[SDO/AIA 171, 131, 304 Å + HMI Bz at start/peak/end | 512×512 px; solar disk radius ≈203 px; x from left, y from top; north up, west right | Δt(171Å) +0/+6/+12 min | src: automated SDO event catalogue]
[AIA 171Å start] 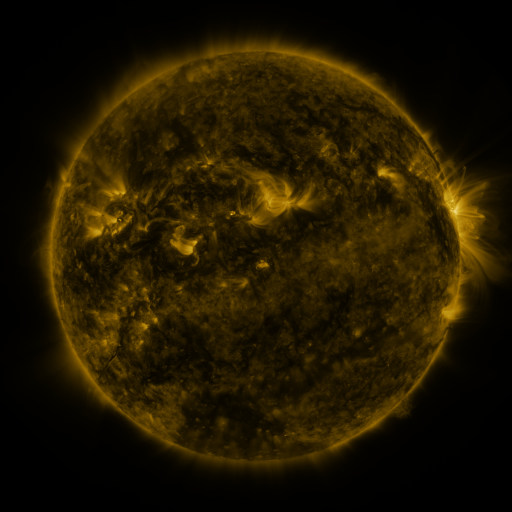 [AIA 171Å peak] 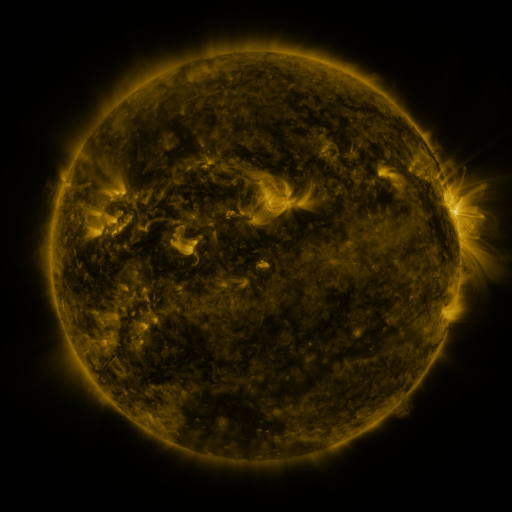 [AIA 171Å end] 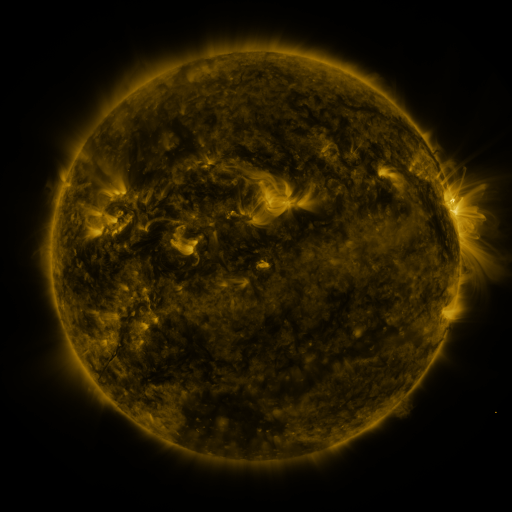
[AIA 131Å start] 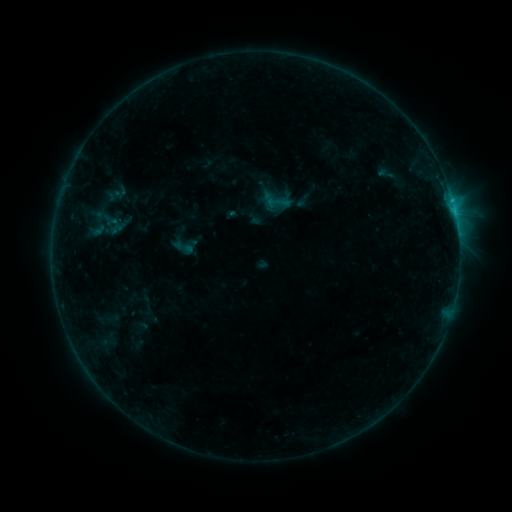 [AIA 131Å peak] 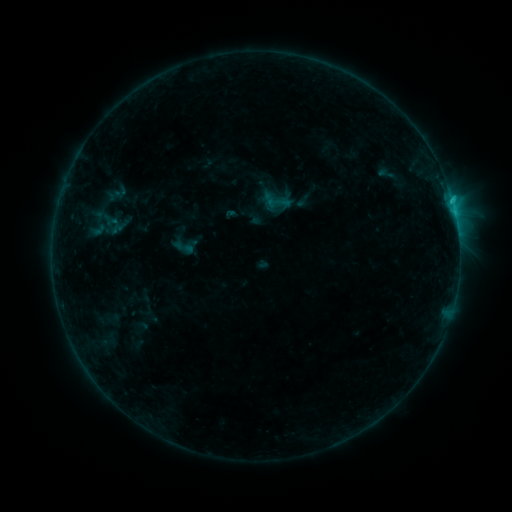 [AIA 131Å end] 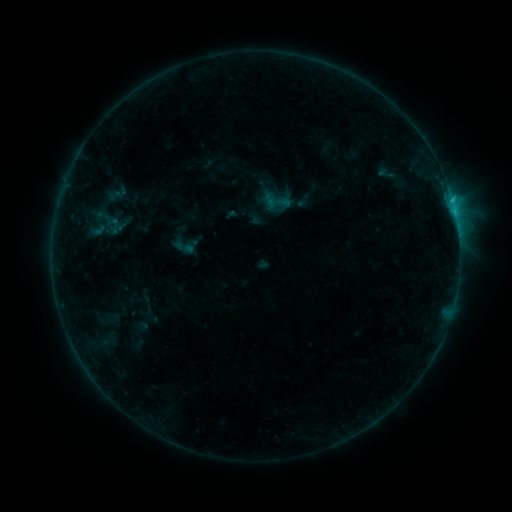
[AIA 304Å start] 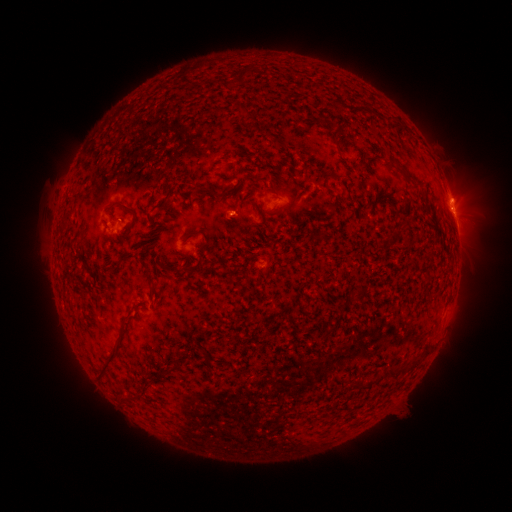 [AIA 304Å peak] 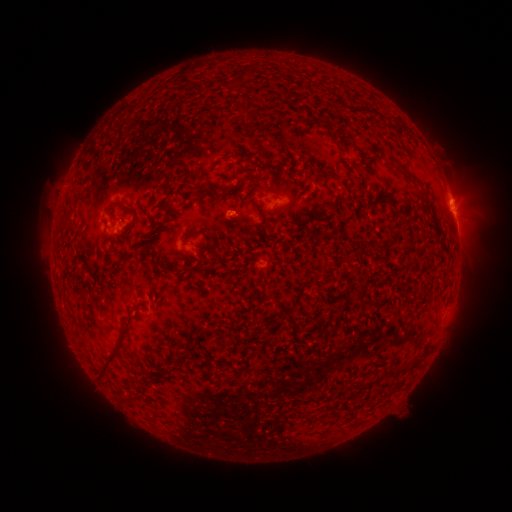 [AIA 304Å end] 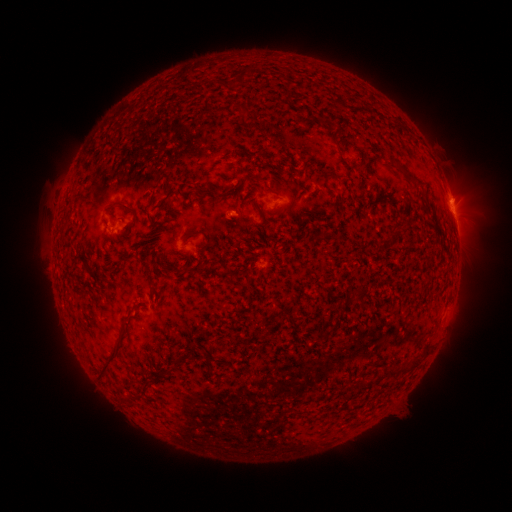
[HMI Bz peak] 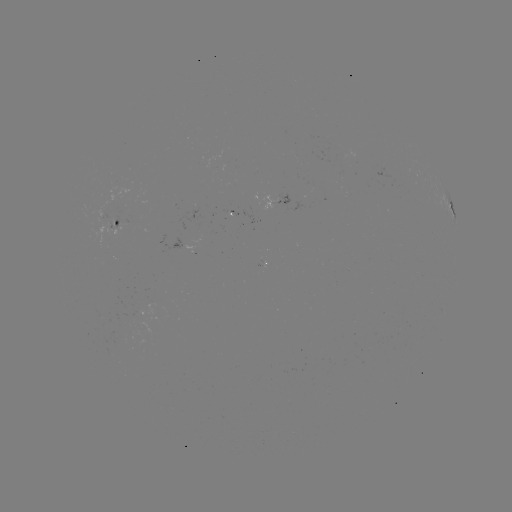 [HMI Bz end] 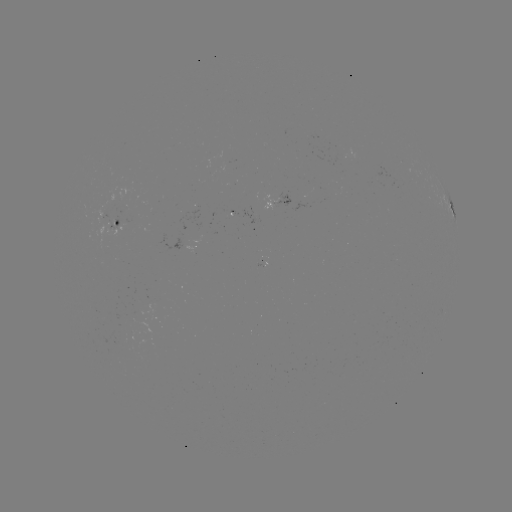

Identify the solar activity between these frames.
B8.1 flare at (450, 203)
